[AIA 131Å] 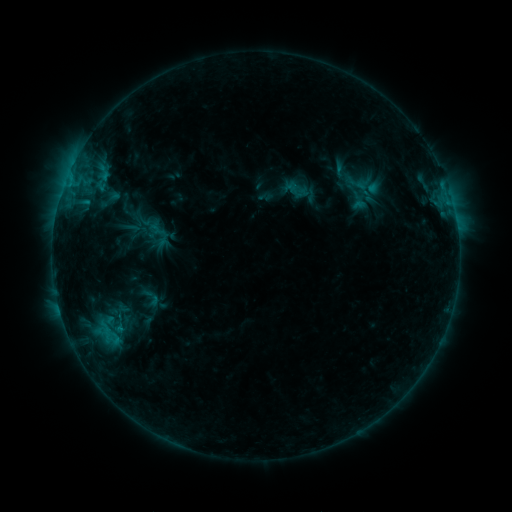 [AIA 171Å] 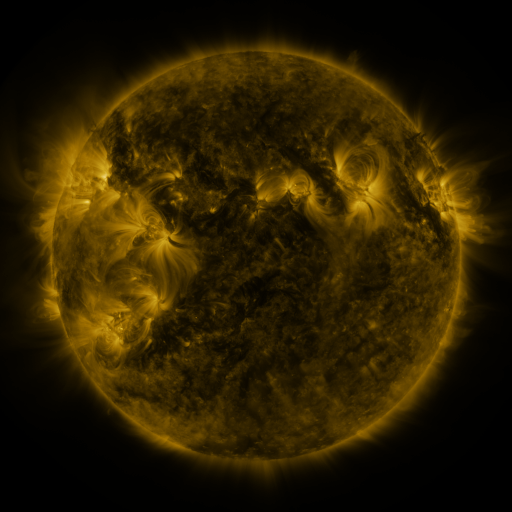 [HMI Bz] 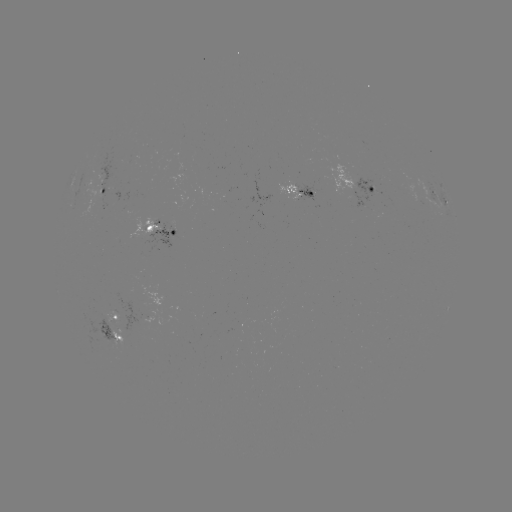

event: sigmoid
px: (150, 298)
